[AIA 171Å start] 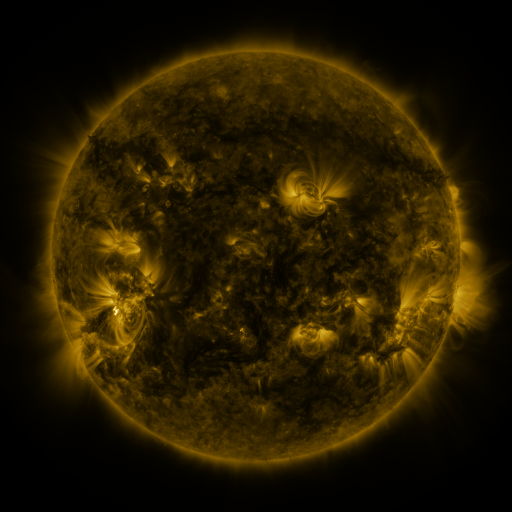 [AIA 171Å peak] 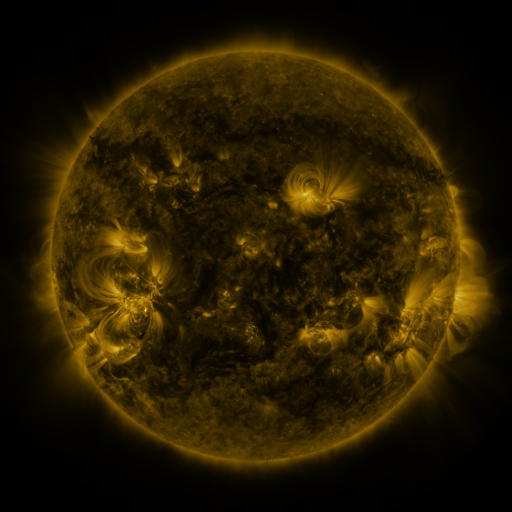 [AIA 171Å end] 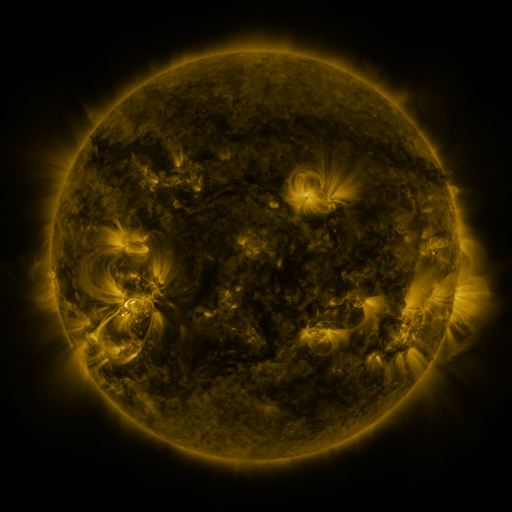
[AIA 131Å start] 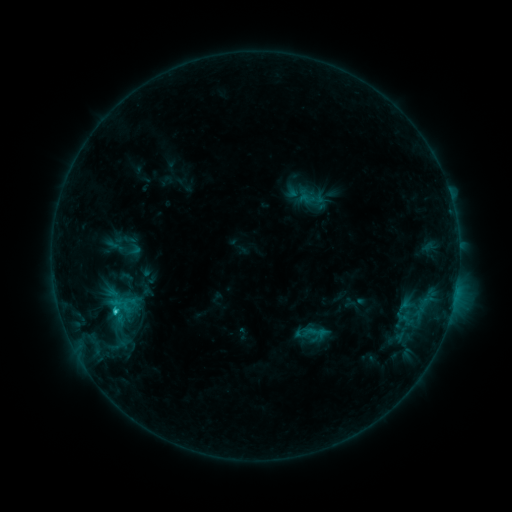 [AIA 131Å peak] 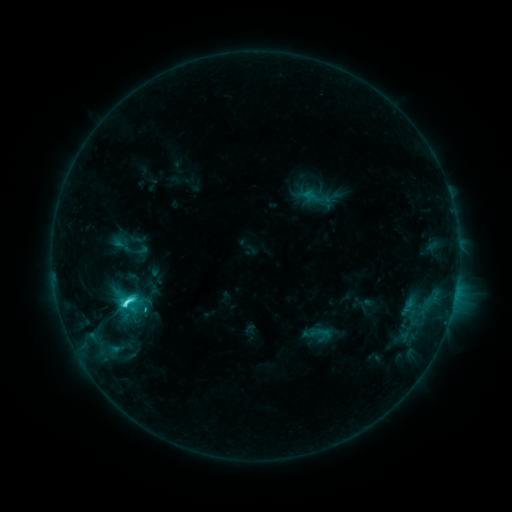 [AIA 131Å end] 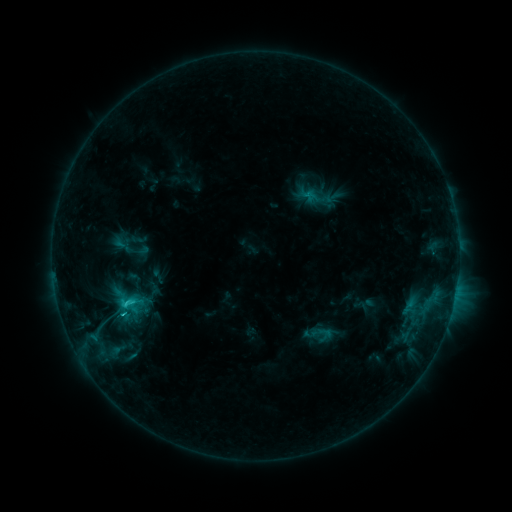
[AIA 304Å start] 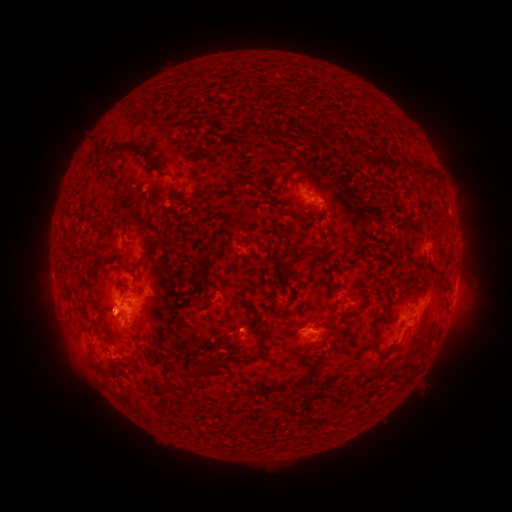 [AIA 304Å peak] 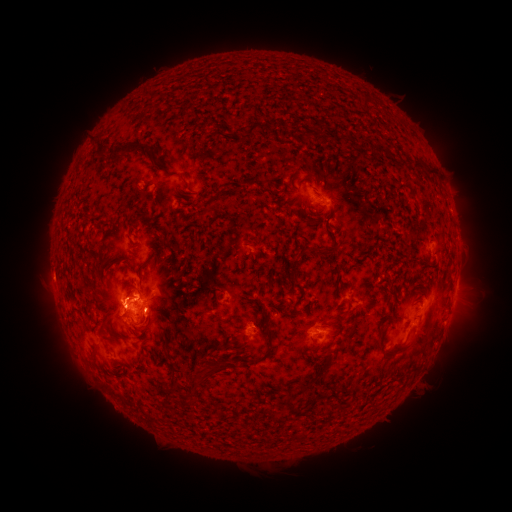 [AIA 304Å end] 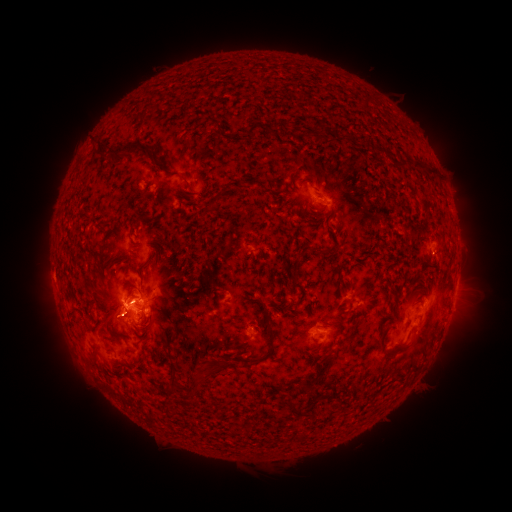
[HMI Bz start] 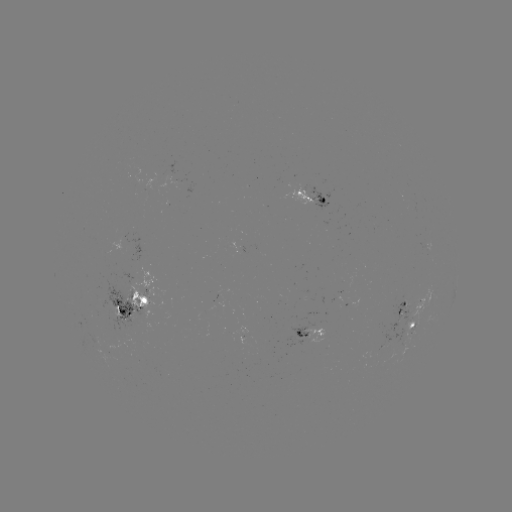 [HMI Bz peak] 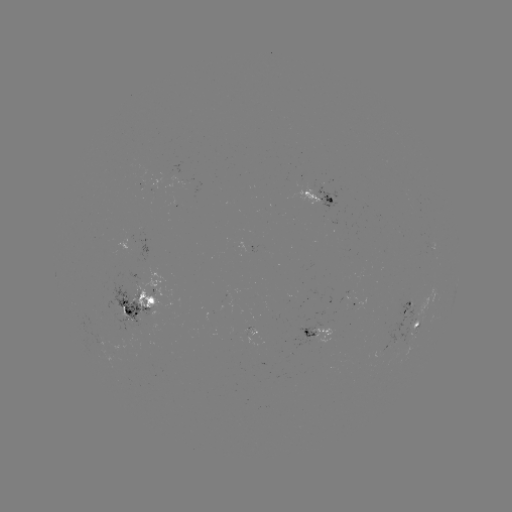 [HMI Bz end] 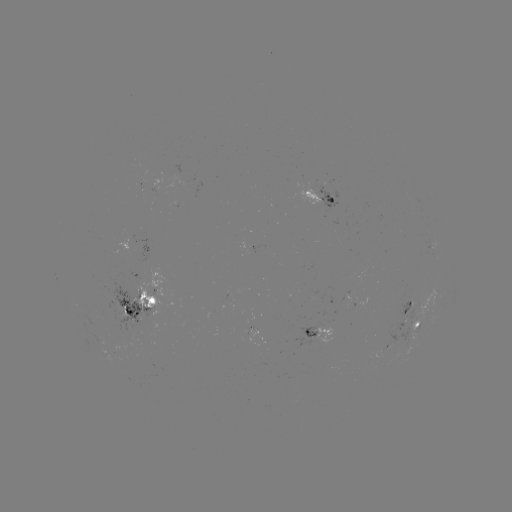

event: emerging-flux region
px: (137, 180)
